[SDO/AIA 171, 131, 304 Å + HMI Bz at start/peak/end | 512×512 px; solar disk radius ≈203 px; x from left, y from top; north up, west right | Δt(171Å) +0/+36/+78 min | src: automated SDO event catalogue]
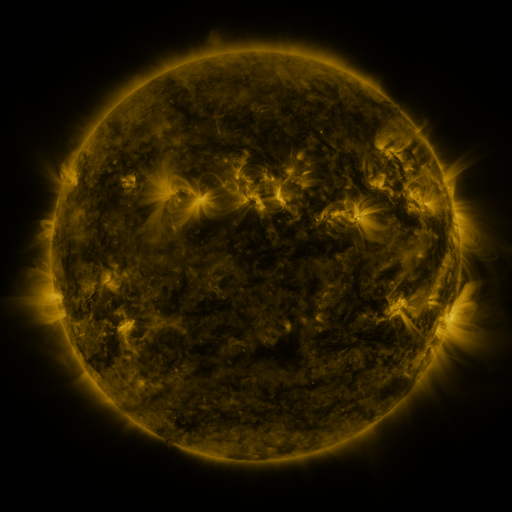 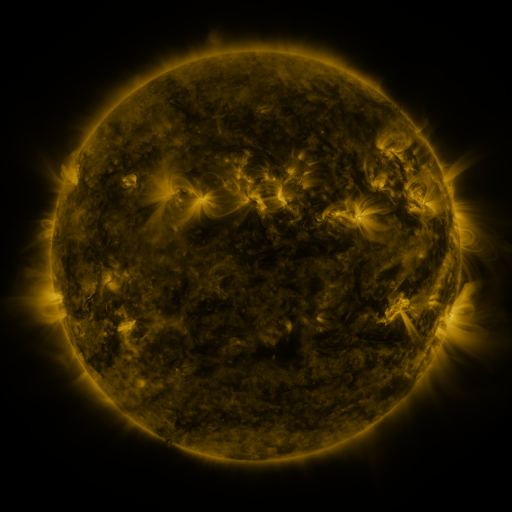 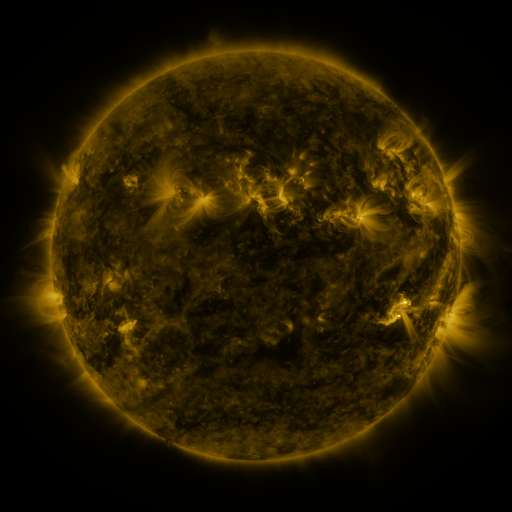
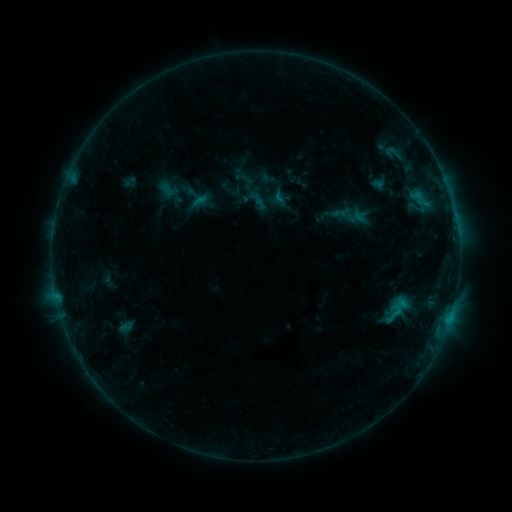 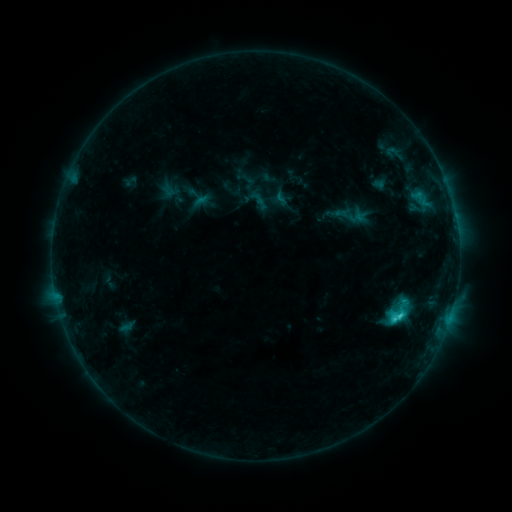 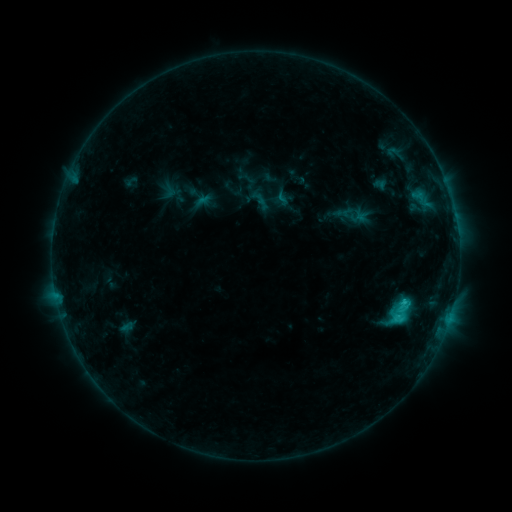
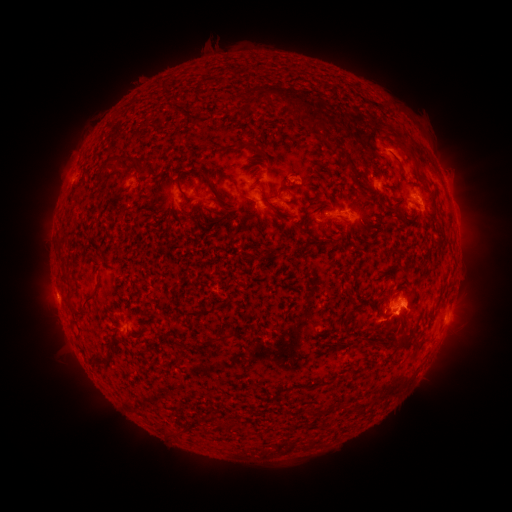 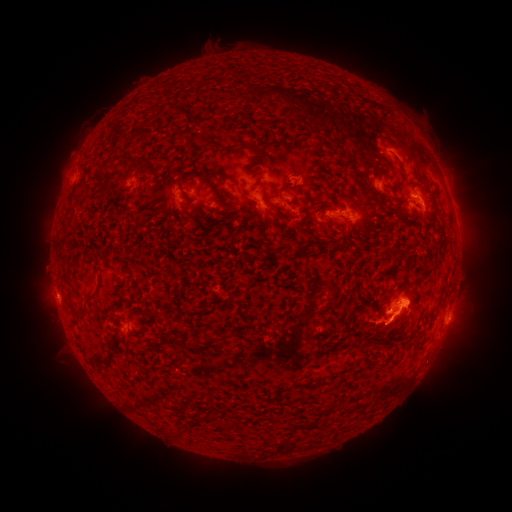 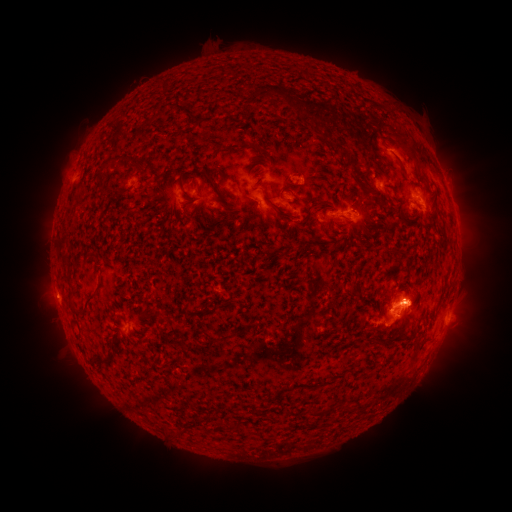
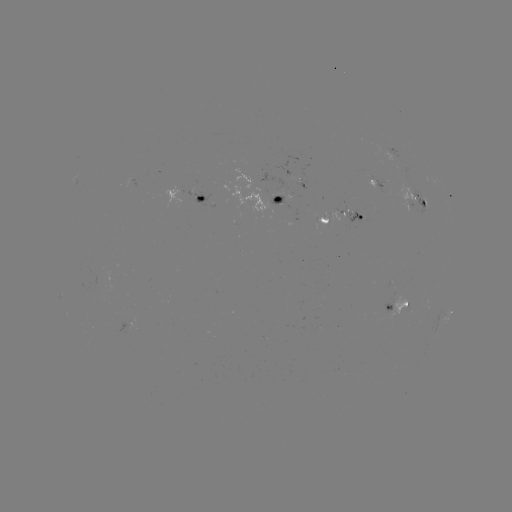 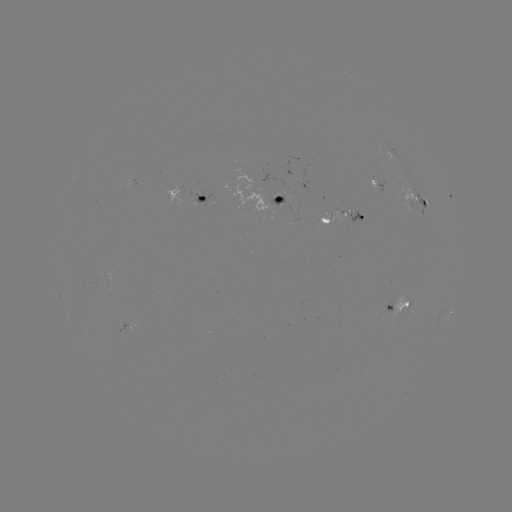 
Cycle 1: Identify C2.7 flare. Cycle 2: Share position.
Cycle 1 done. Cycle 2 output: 398,316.